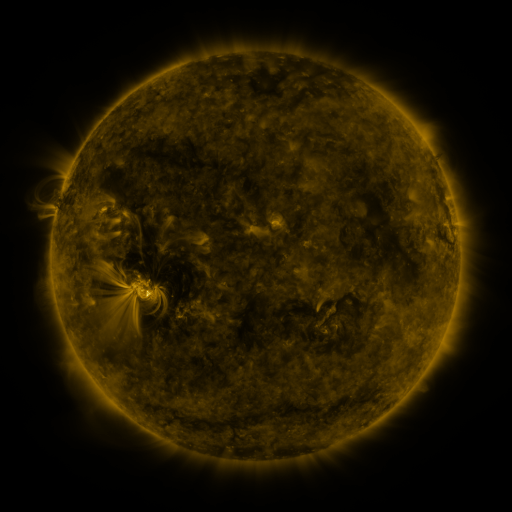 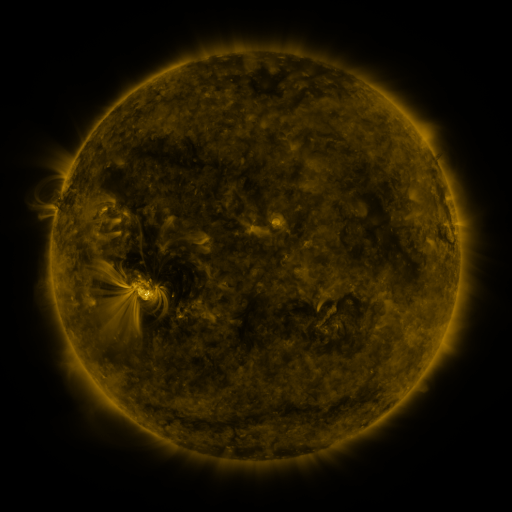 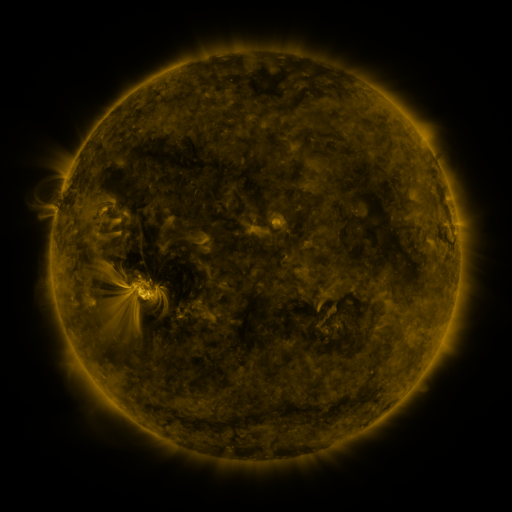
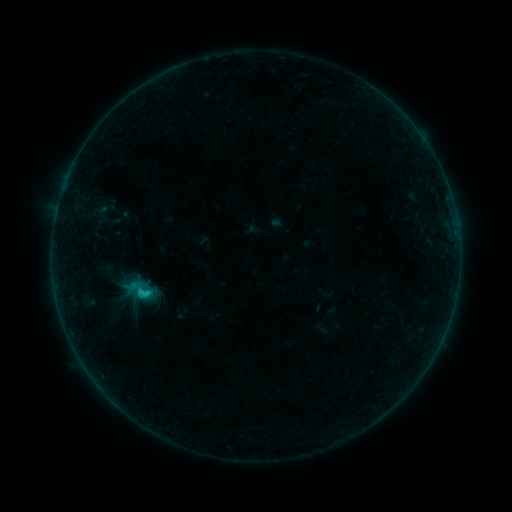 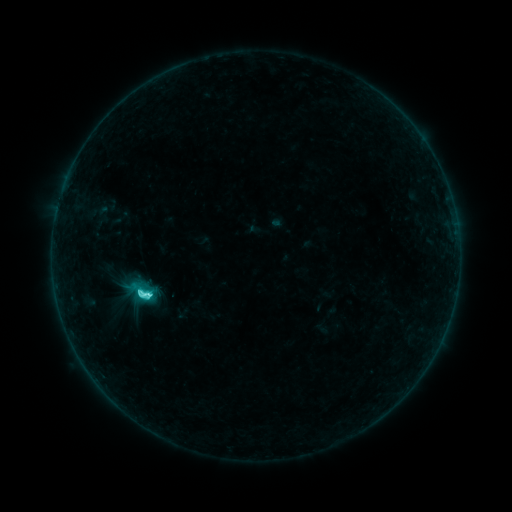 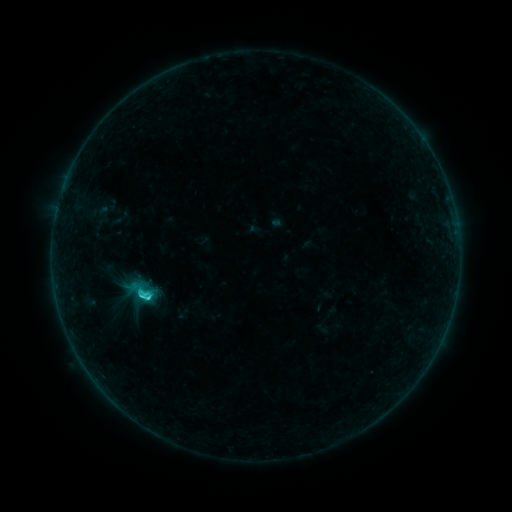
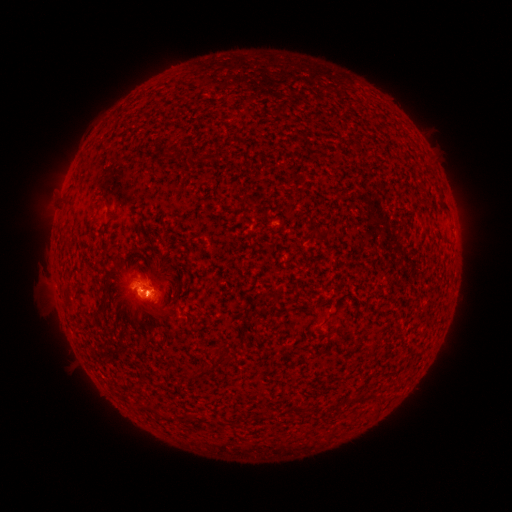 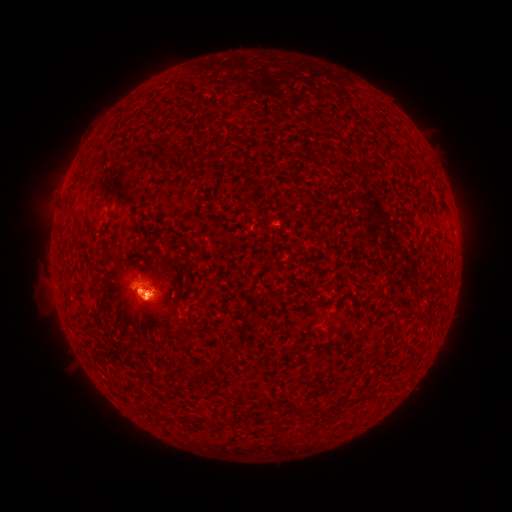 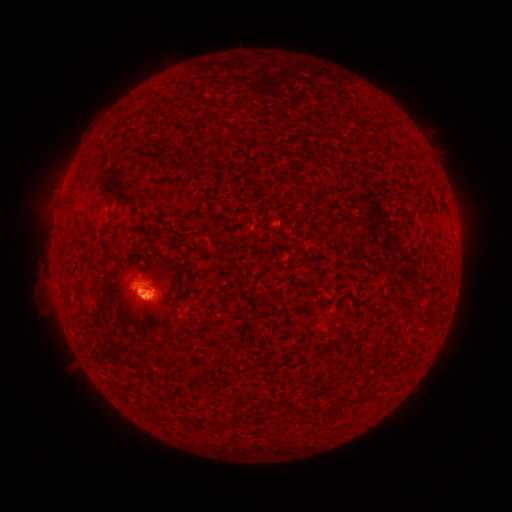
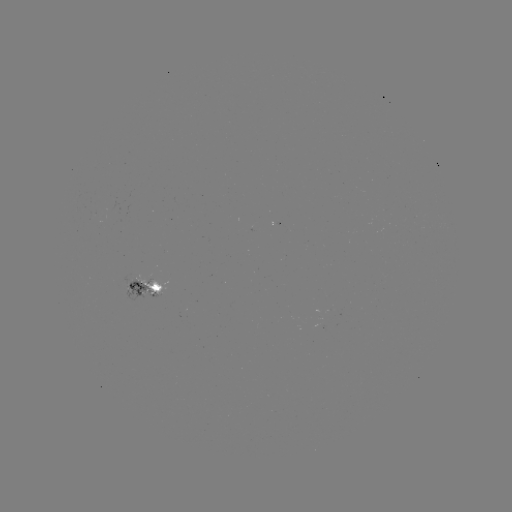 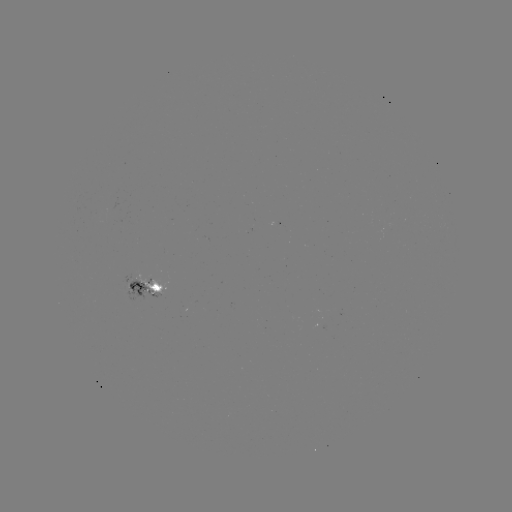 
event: flare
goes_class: C4.0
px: (148, 295)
